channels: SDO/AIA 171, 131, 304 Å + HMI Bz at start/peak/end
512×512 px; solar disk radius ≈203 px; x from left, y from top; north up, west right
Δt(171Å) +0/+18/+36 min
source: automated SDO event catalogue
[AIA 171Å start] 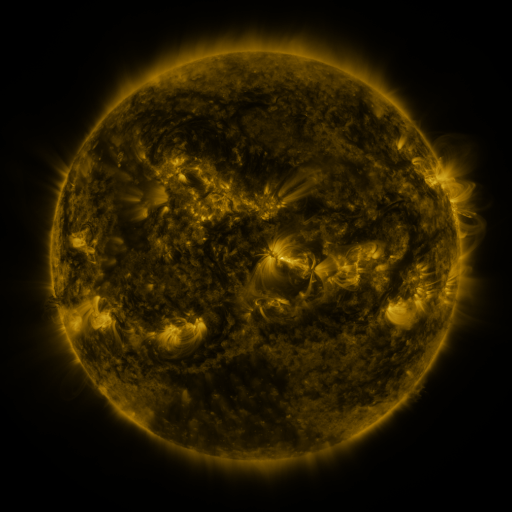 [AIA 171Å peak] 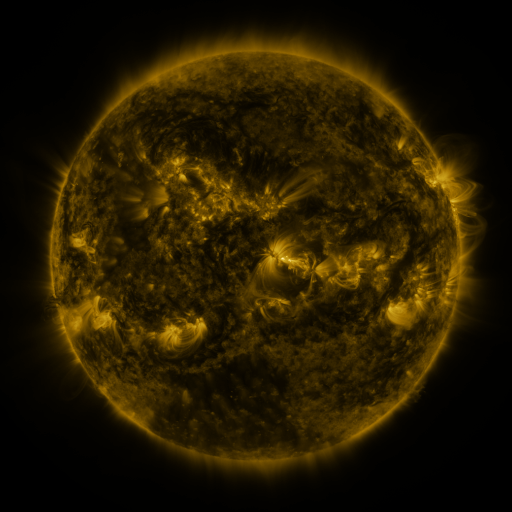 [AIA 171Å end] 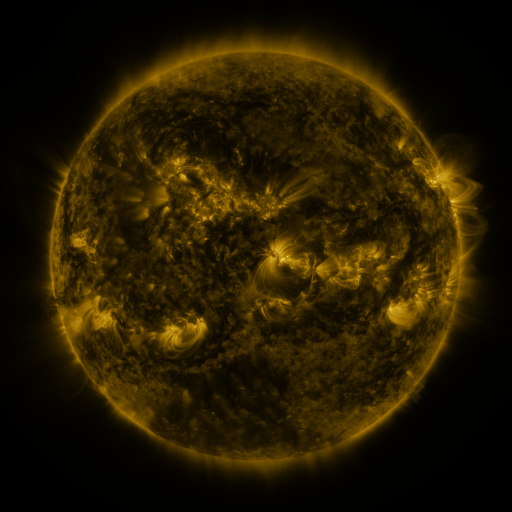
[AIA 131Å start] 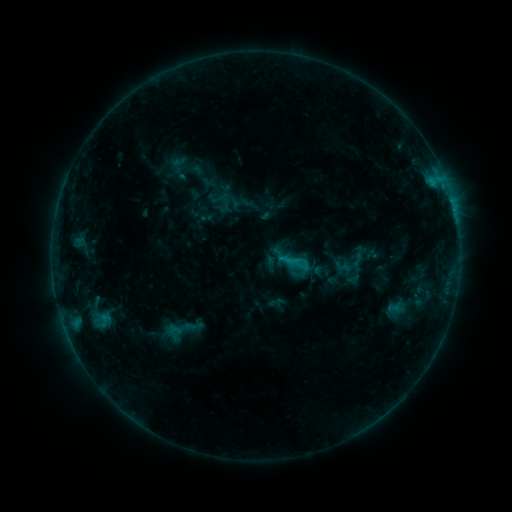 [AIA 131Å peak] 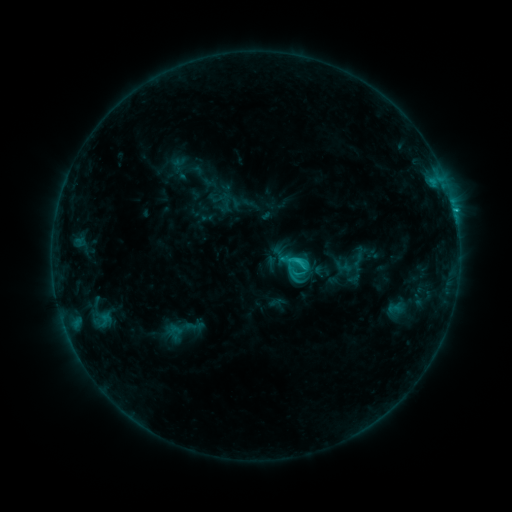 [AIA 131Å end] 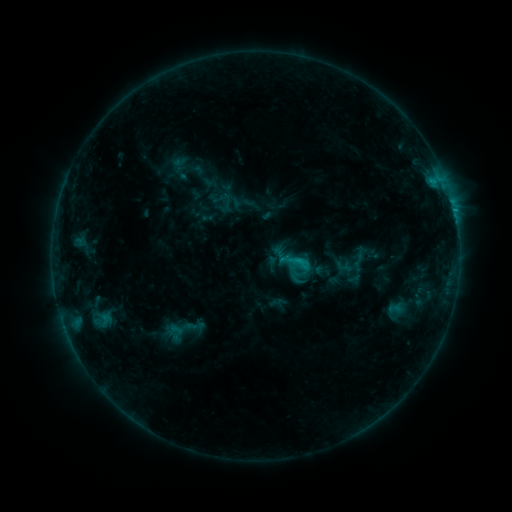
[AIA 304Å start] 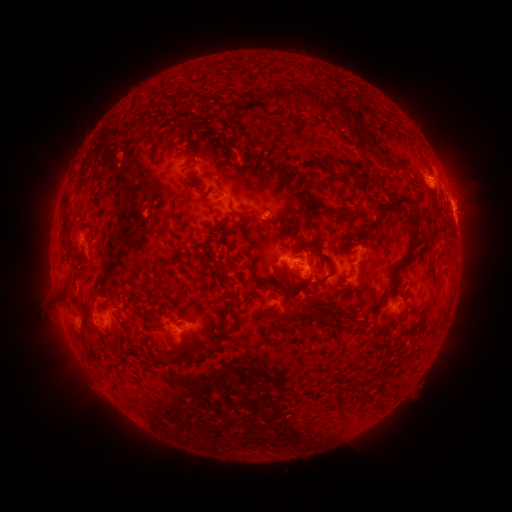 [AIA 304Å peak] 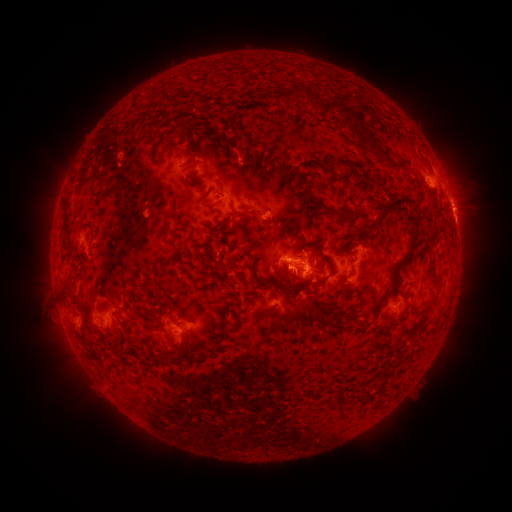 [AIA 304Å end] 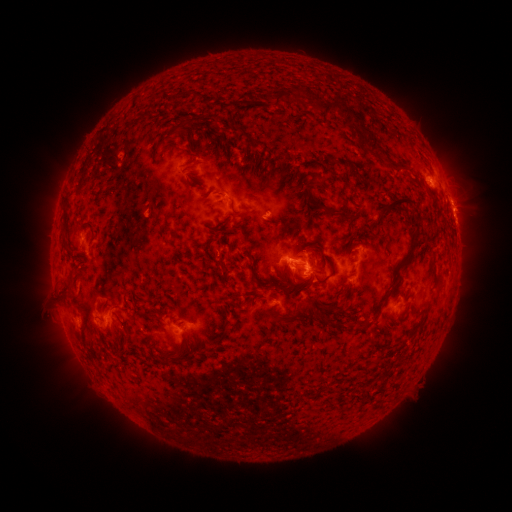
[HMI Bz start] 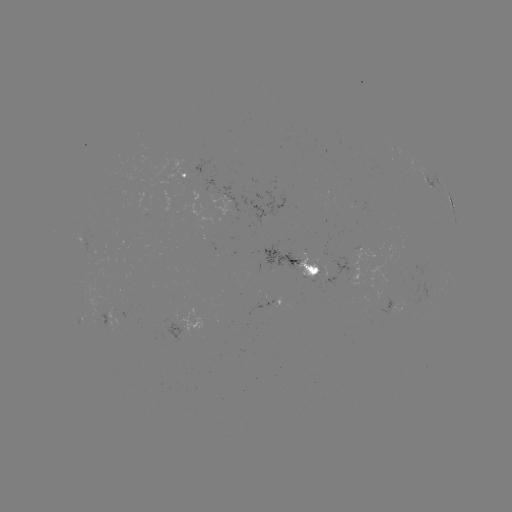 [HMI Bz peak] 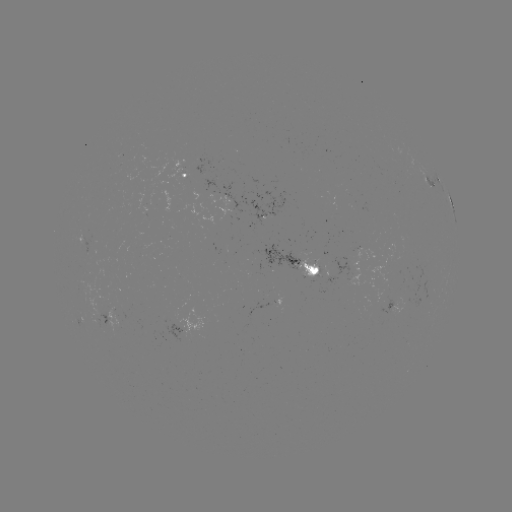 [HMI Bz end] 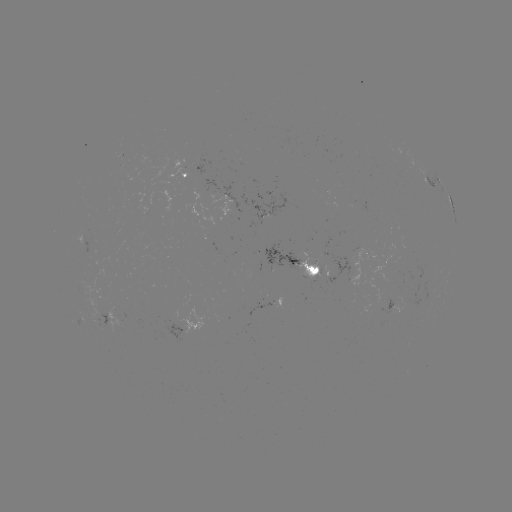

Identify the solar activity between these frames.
C2.0 flare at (298, 257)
